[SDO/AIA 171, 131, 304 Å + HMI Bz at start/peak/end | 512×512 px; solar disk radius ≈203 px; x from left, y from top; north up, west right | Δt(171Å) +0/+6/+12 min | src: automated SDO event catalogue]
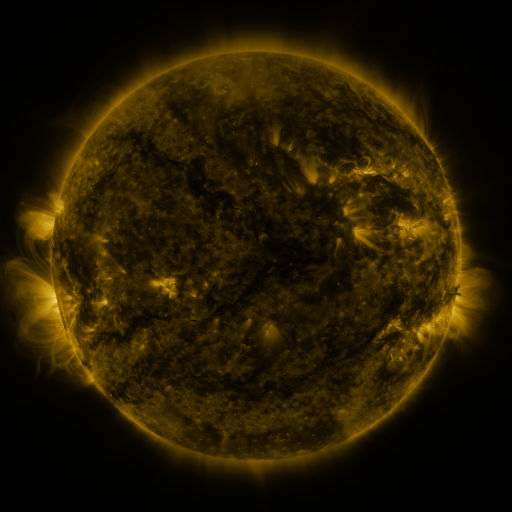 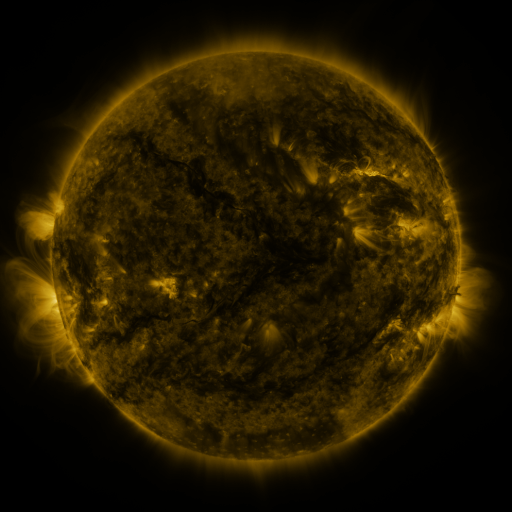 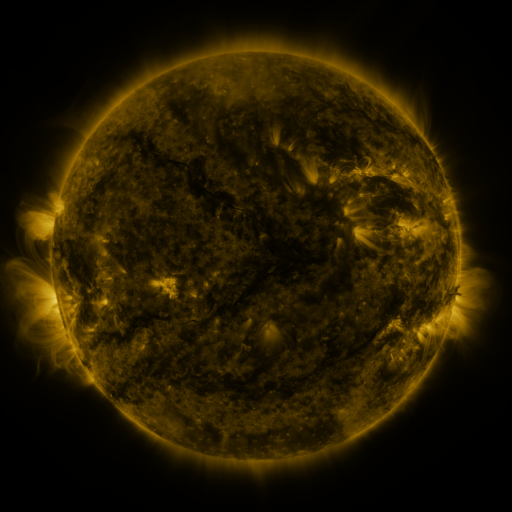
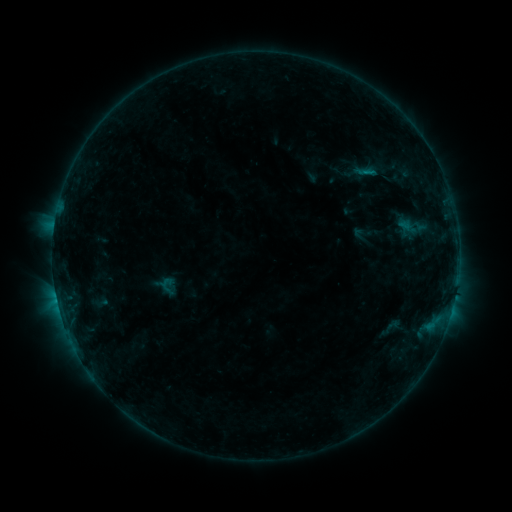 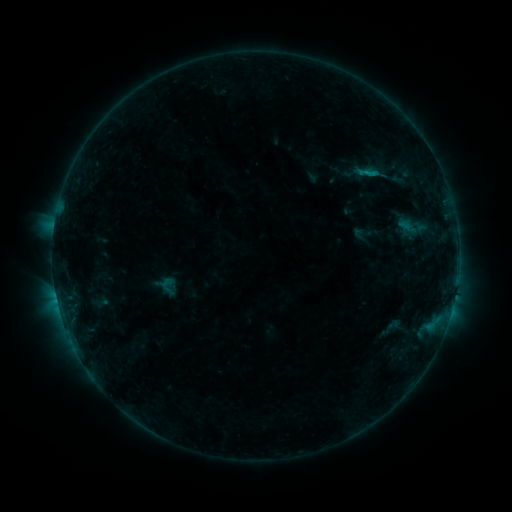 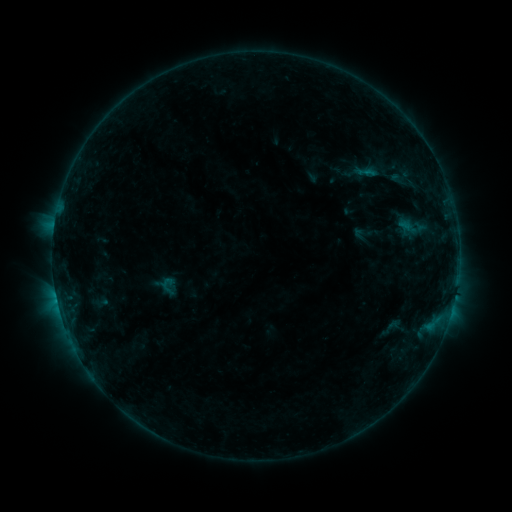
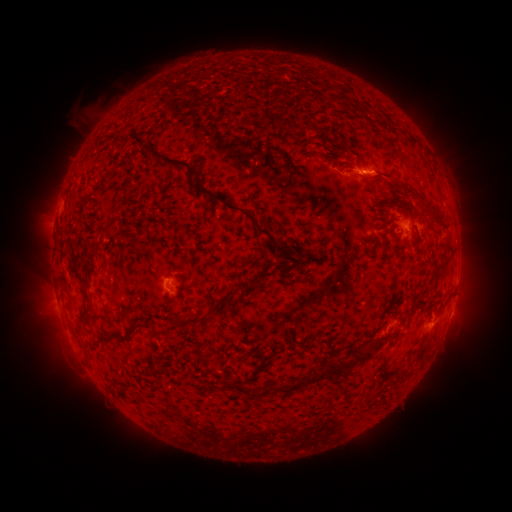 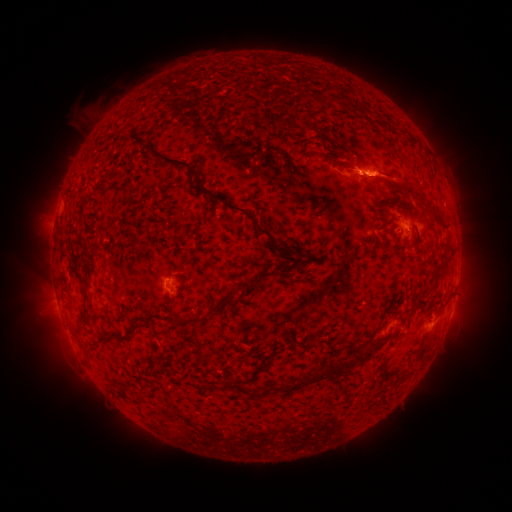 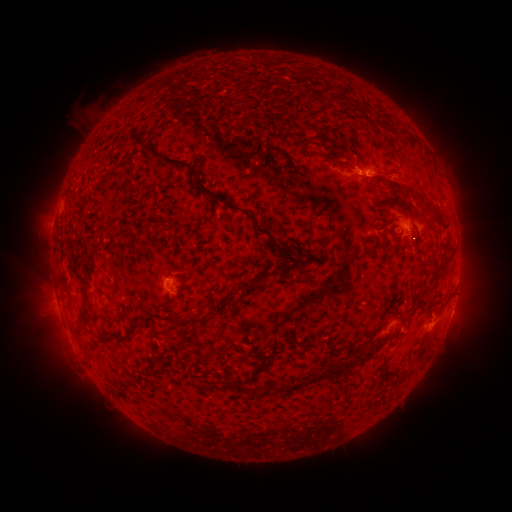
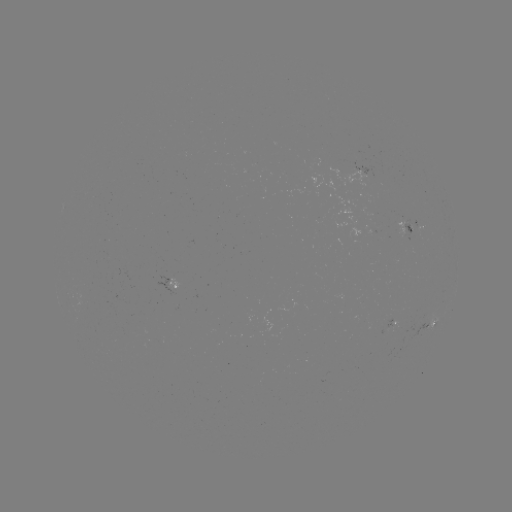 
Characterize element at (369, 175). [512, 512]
B4.0 flare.